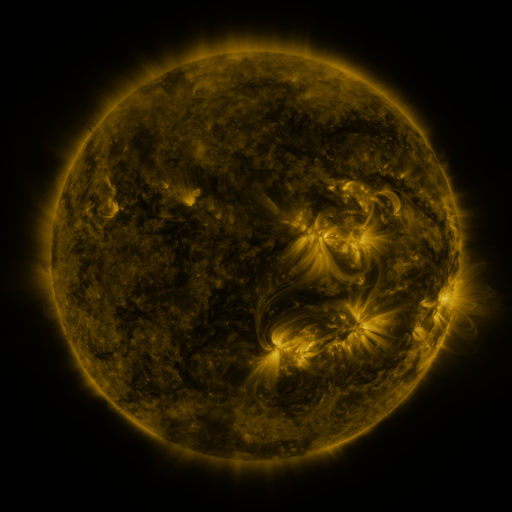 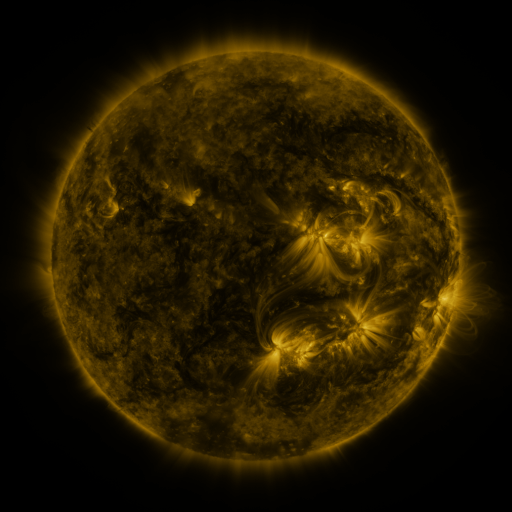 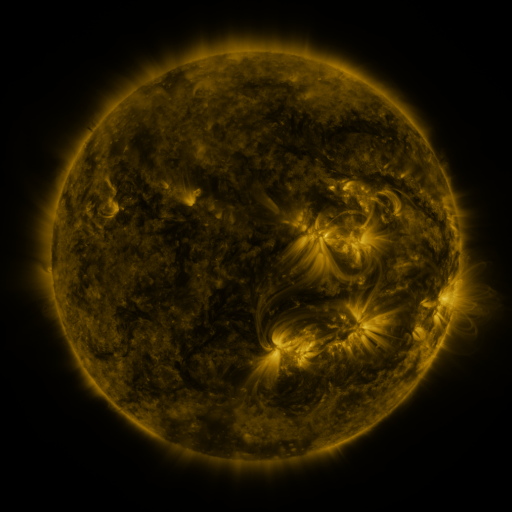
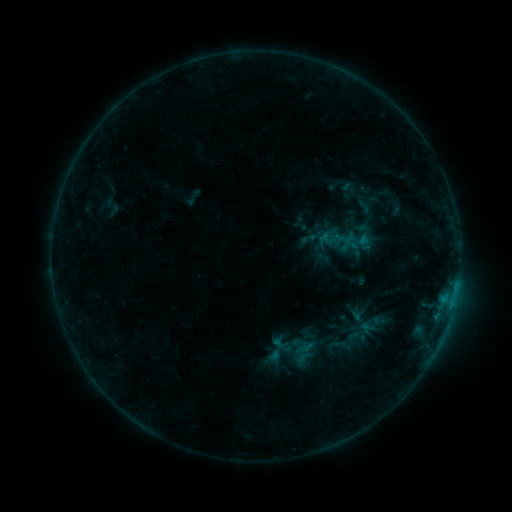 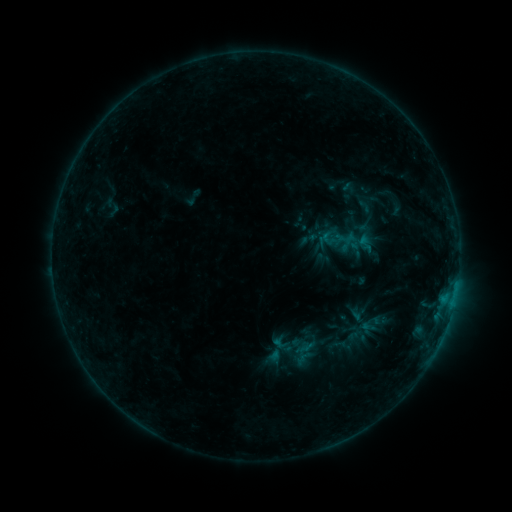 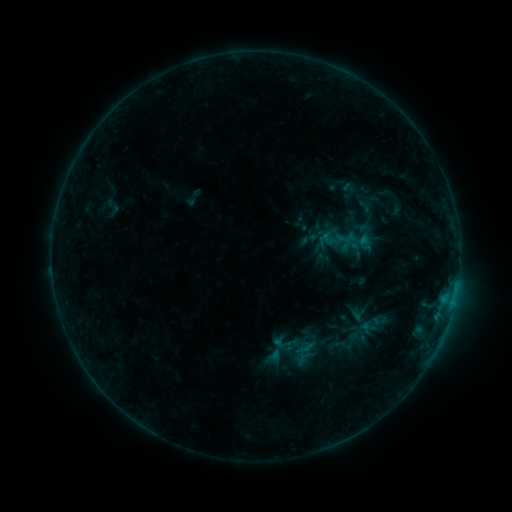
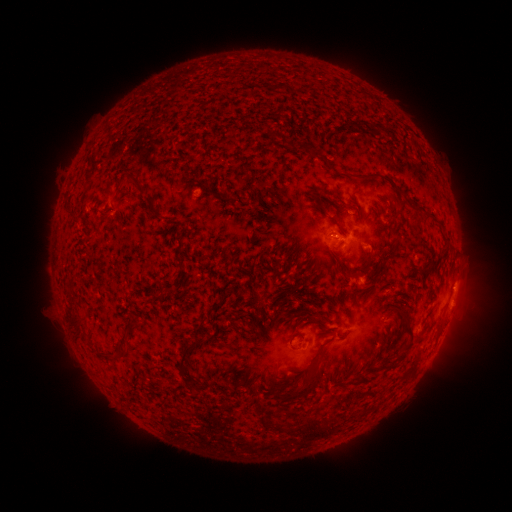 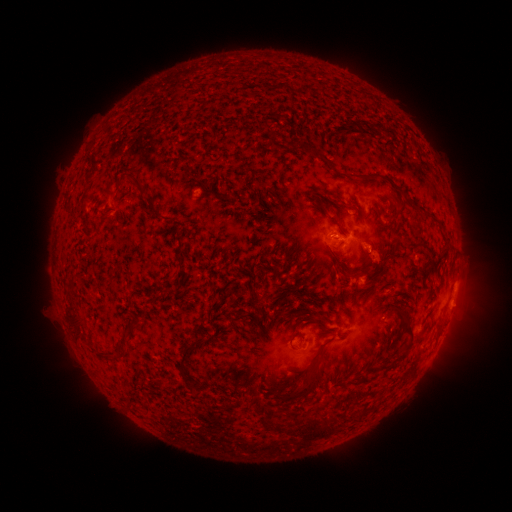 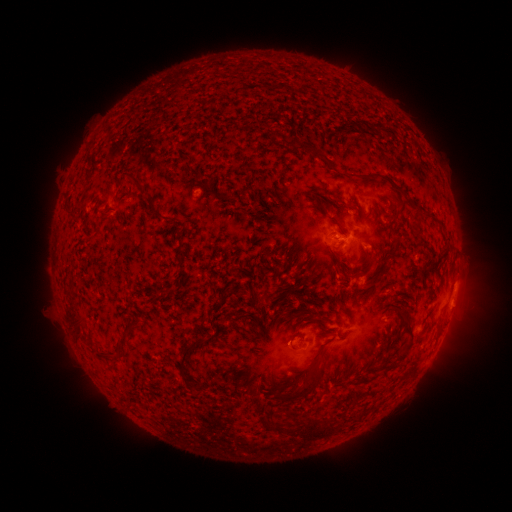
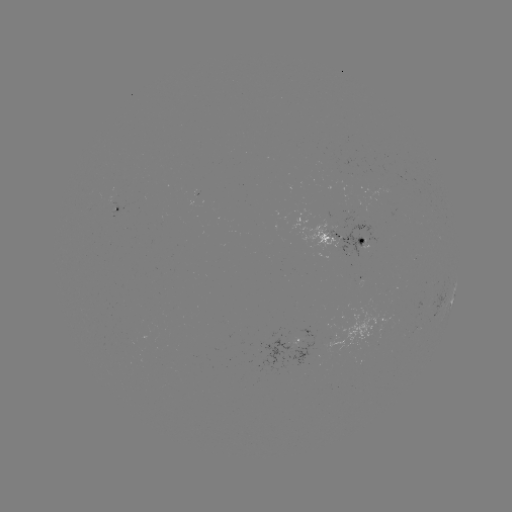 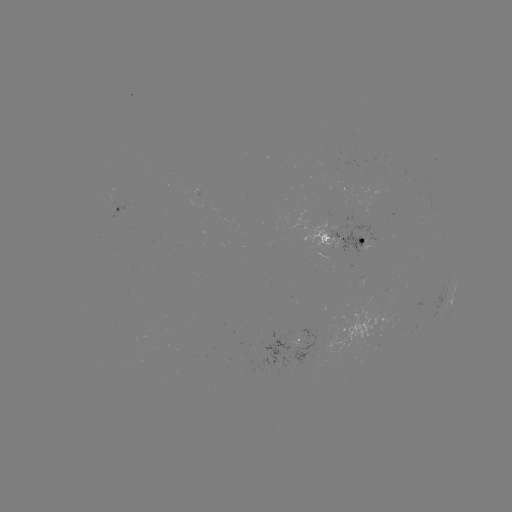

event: eruption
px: (379, 259)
